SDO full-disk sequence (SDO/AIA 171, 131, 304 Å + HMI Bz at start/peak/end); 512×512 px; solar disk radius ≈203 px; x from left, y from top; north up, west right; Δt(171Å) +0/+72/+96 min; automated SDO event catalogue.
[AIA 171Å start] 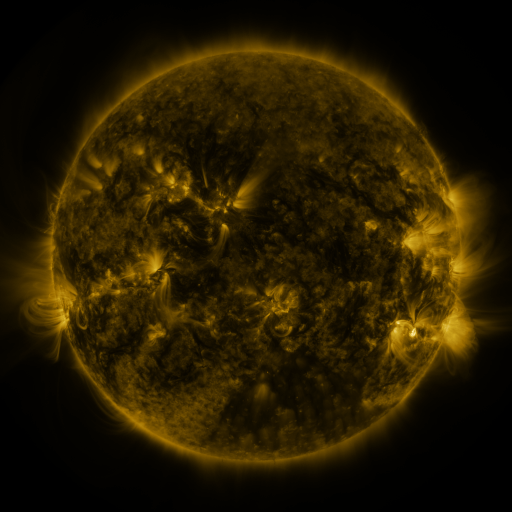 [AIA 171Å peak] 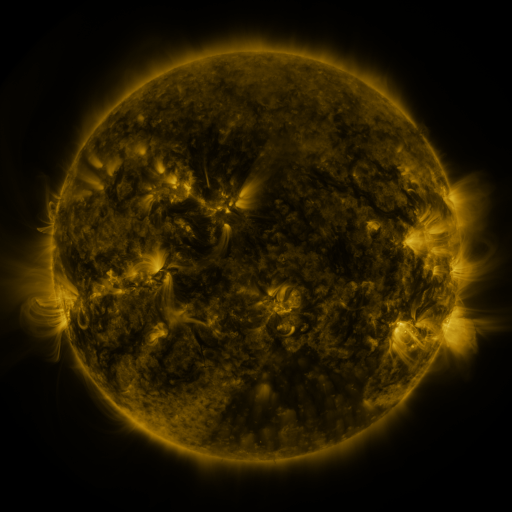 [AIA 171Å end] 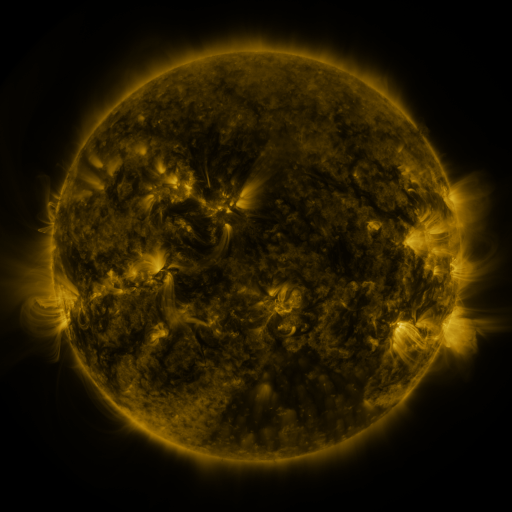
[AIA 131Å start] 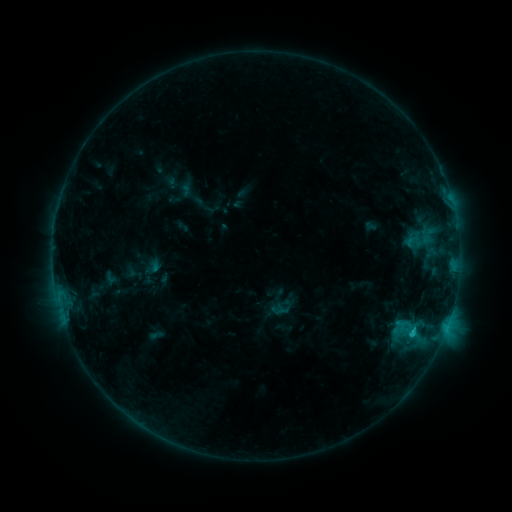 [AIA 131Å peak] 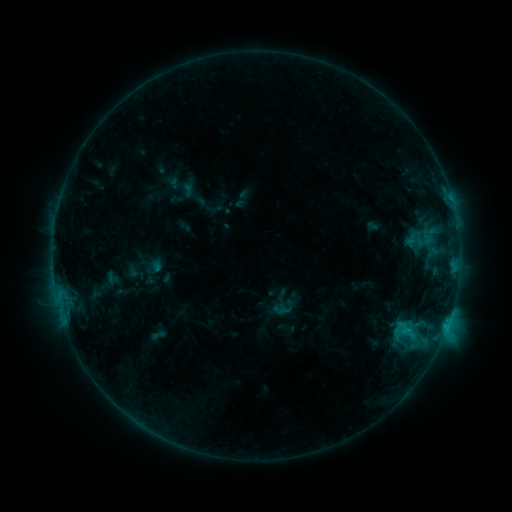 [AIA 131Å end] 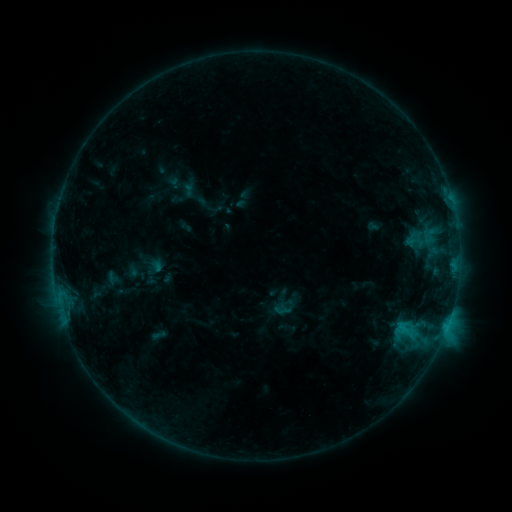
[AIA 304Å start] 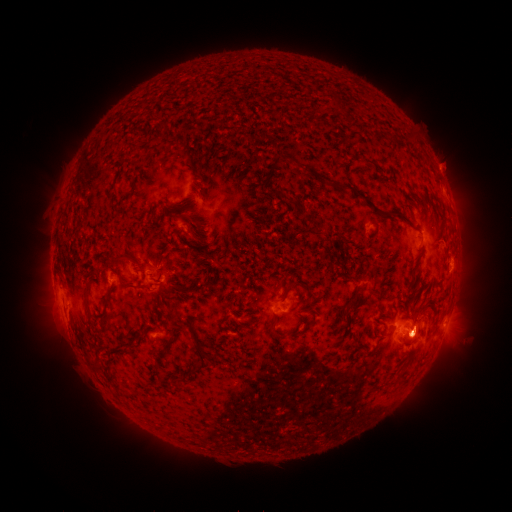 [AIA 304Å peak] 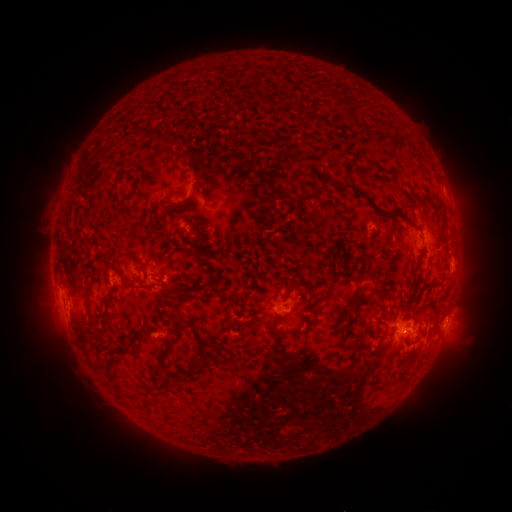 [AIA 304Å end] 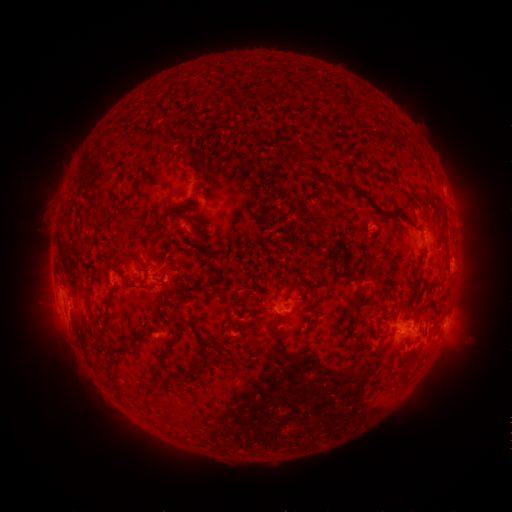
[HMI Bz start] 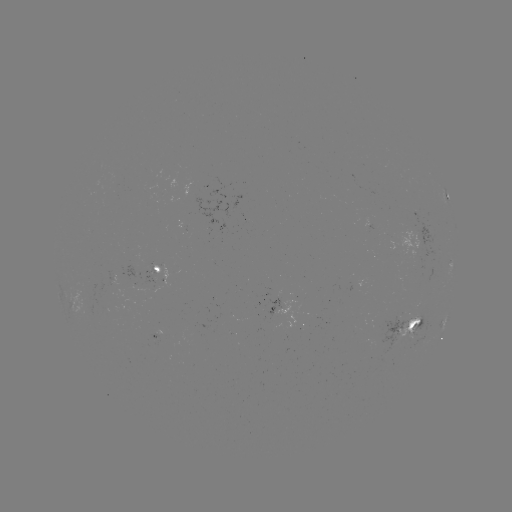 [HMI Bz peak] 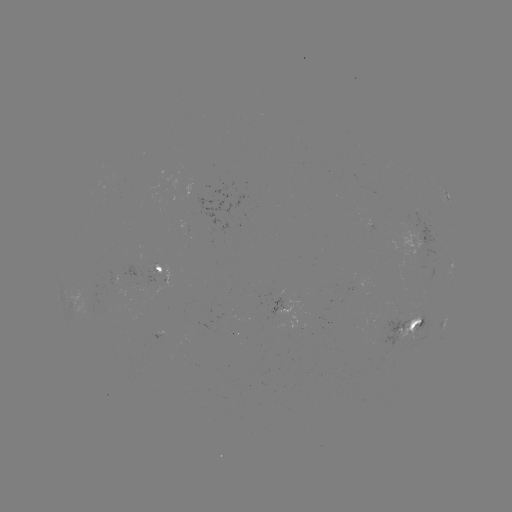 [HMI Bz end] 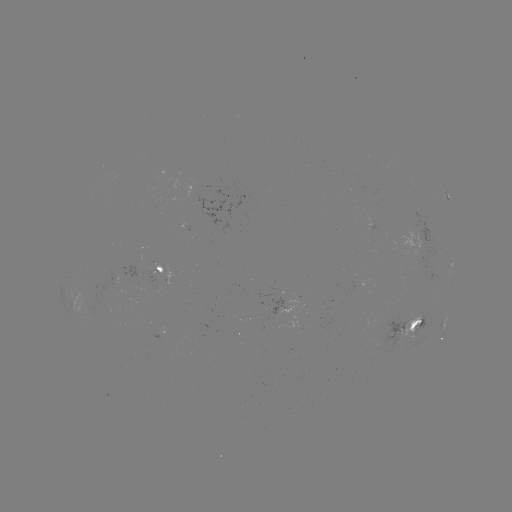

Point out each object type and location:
emerging-flux region: (115, 277)
